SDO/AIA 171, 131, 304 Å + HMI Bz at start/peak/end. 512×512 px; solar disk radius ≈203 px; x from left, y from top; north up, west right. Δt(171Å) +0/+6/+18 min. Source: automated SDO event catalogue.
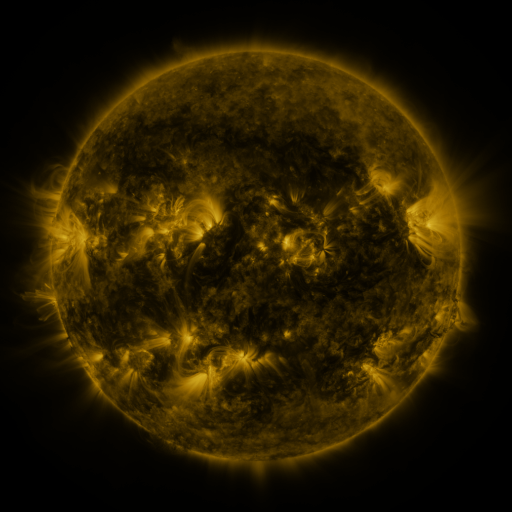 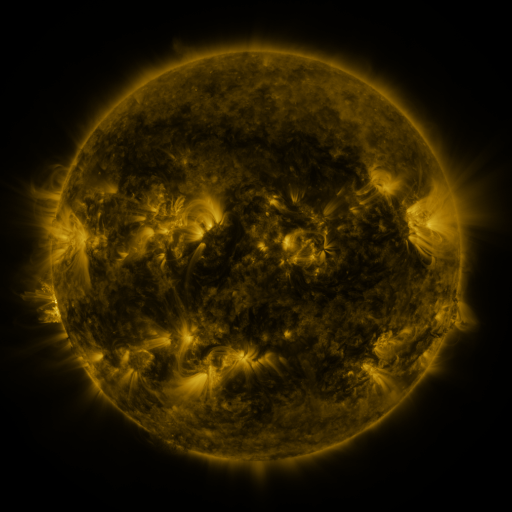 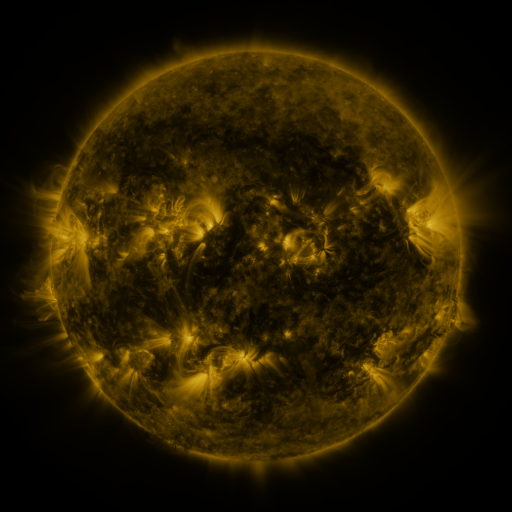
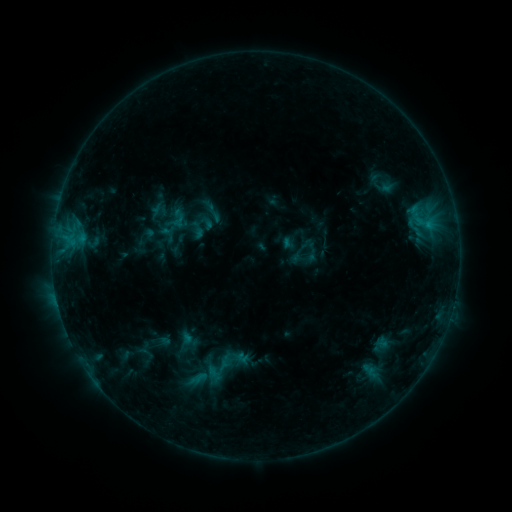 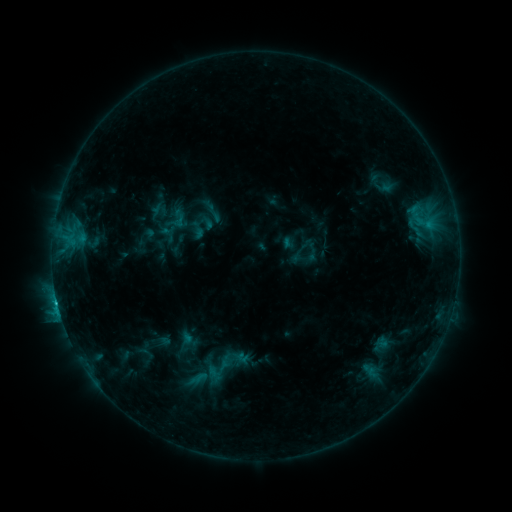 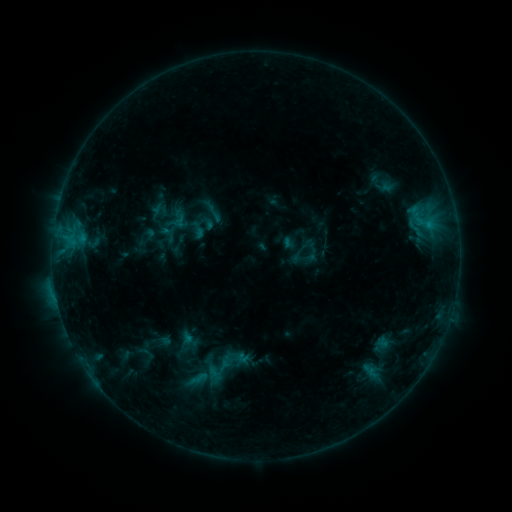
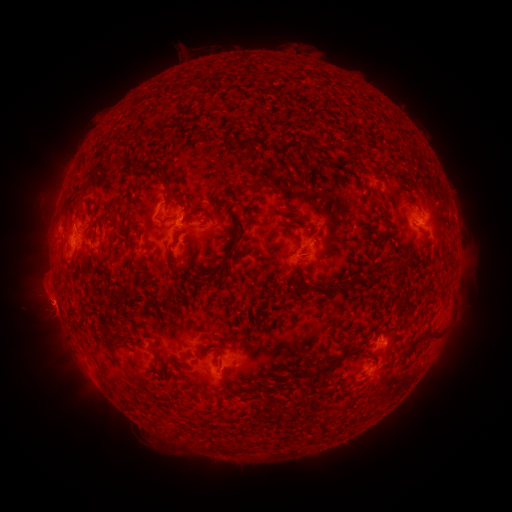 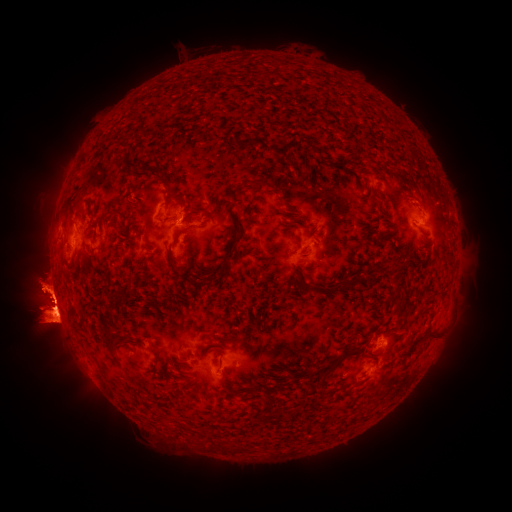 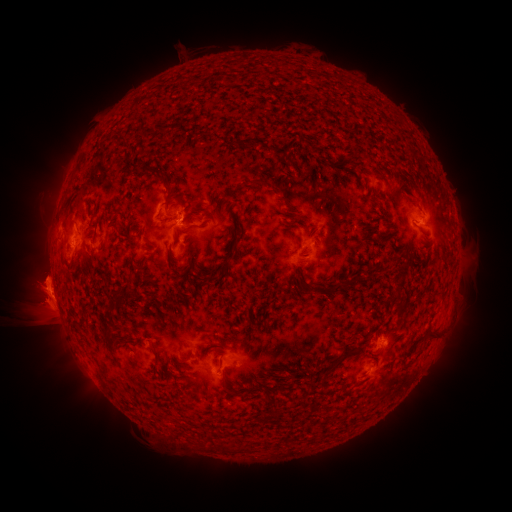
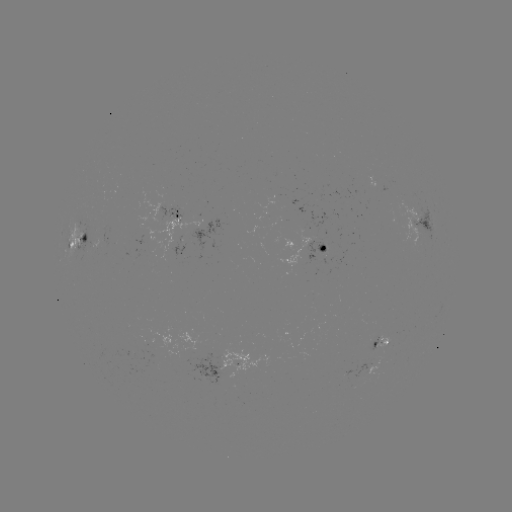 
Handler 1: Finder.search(C3.6 flare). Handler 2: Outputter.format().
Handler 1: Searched C3.6 flare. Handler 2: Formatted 59,305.